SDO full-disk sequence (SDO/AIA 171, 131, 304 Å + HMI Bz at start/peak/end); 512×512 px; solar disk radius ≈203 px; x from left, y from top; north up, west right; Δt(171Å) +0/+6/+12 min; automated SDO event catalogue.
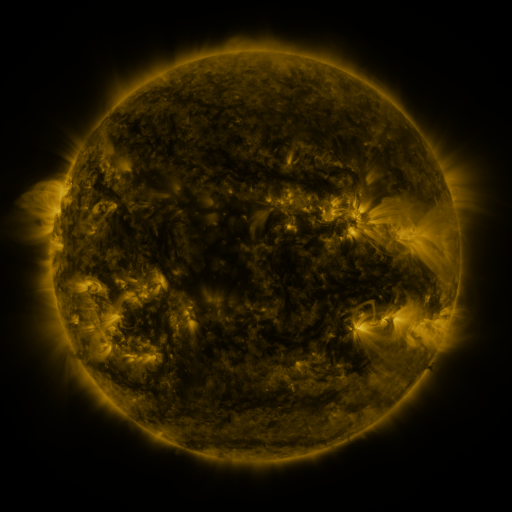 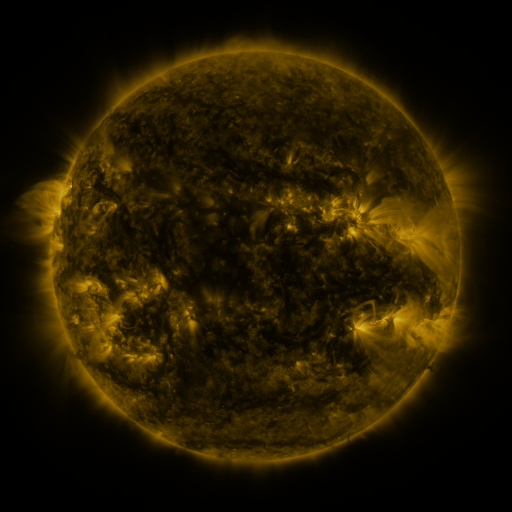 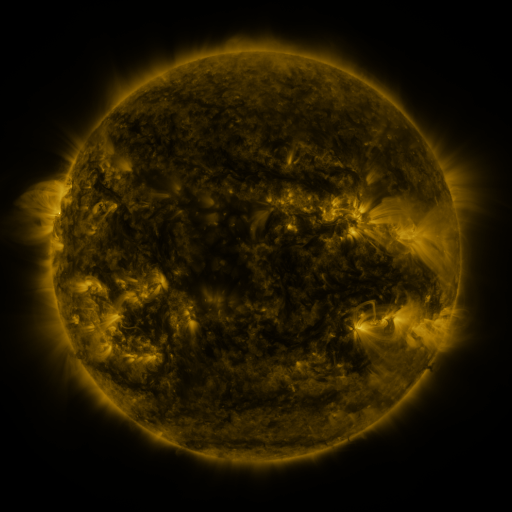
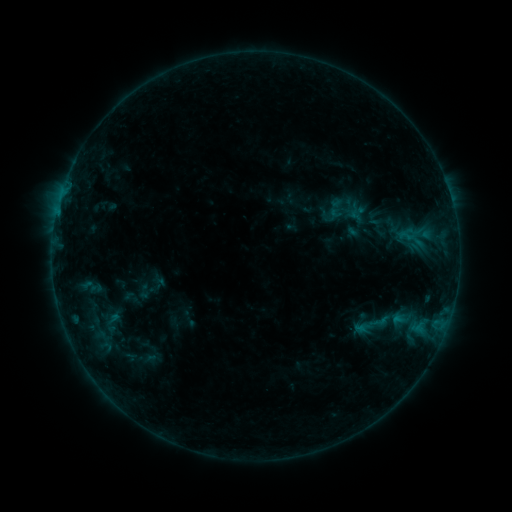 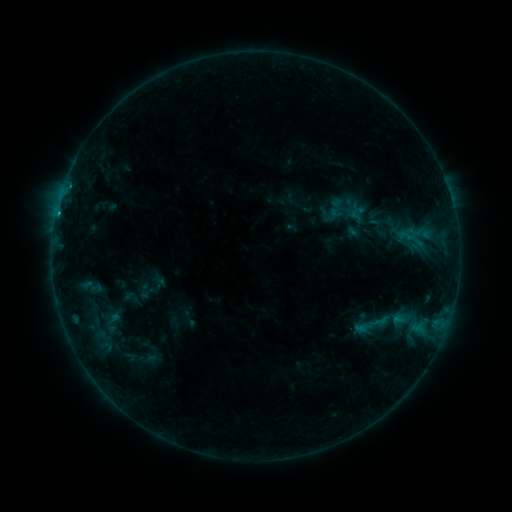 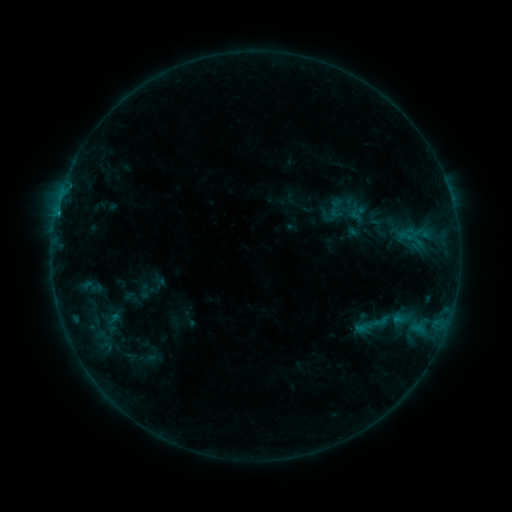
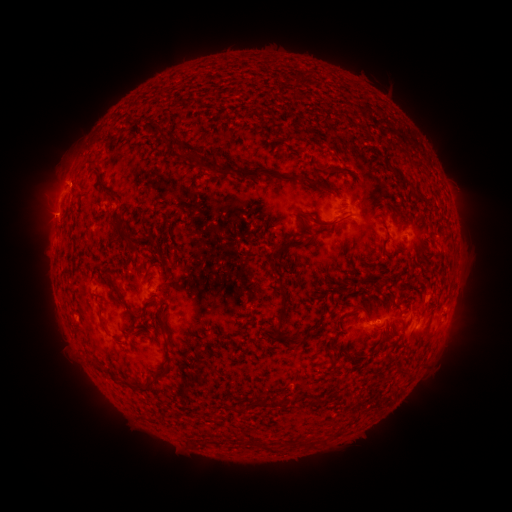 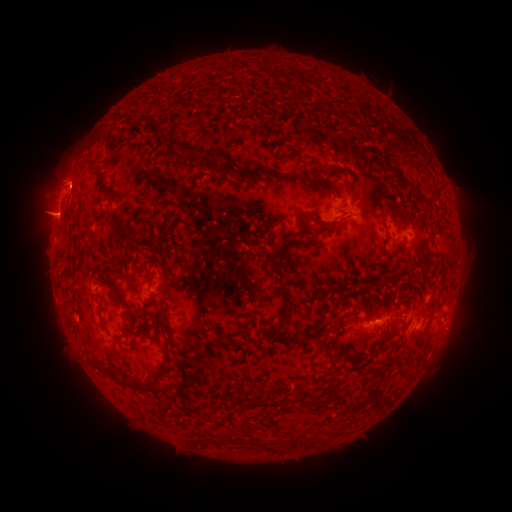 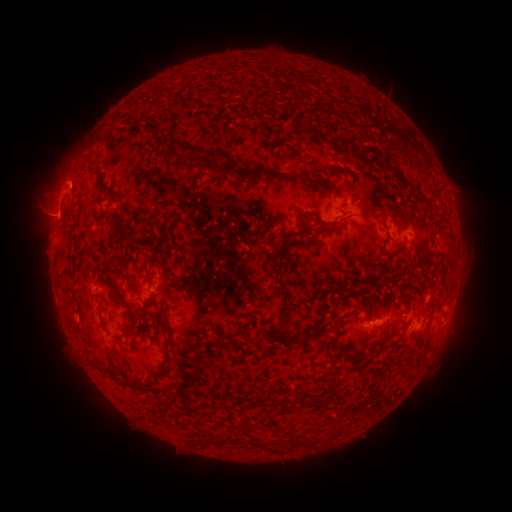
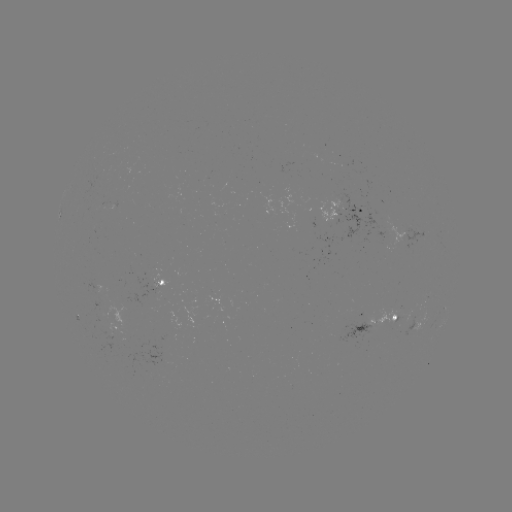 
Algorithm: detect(B8.3 flare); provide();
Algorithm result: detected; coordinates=59,213